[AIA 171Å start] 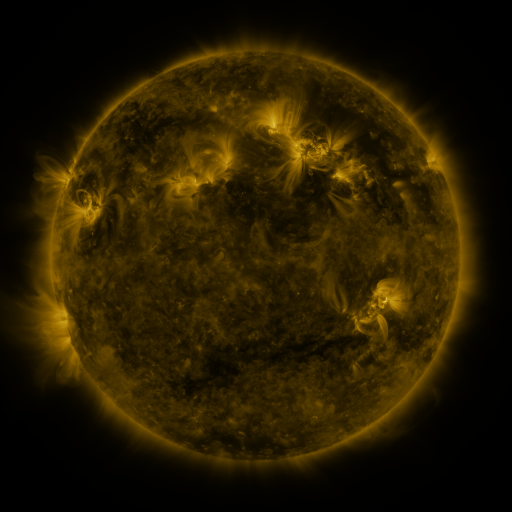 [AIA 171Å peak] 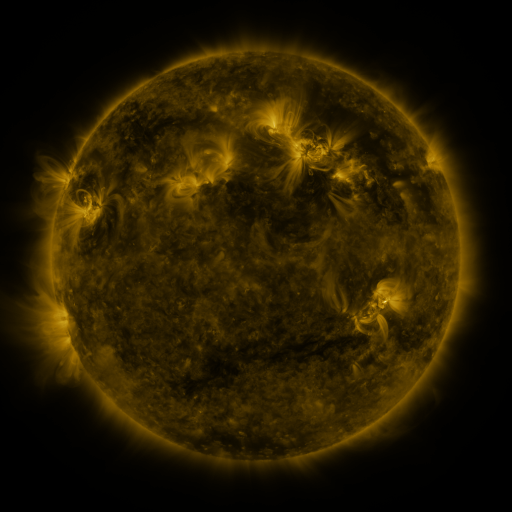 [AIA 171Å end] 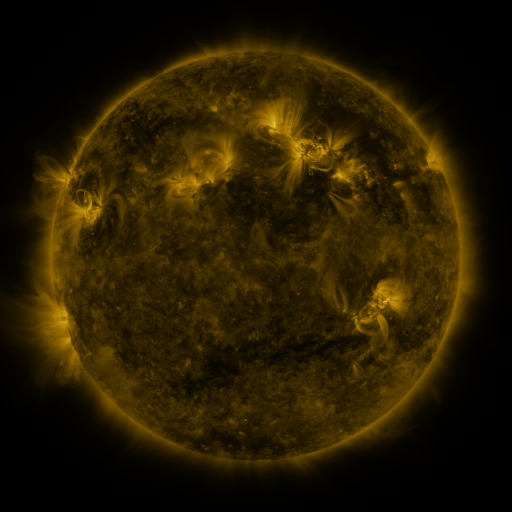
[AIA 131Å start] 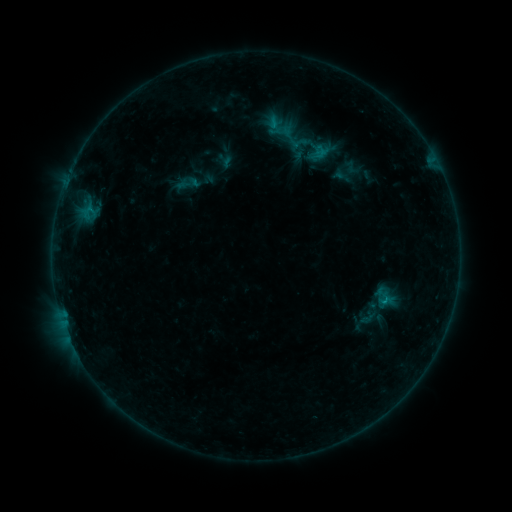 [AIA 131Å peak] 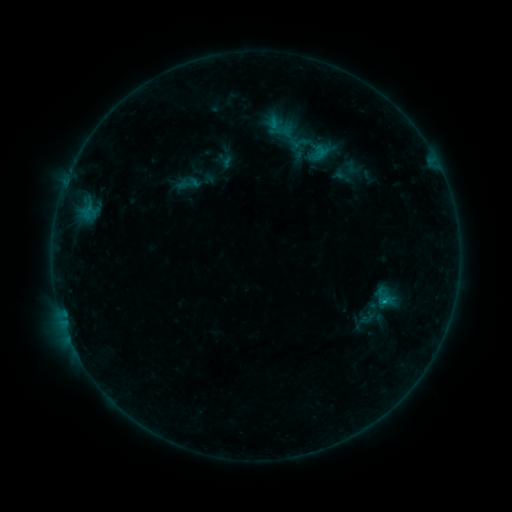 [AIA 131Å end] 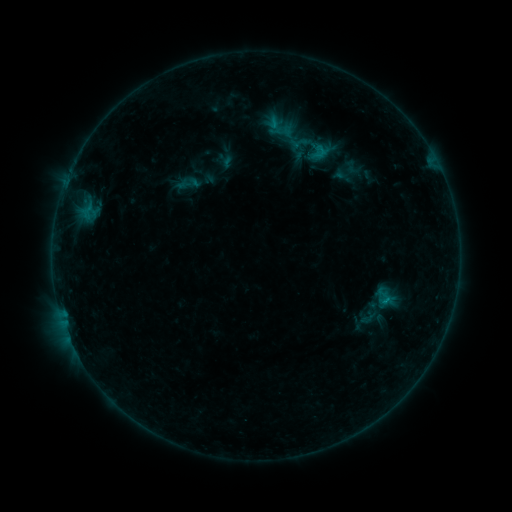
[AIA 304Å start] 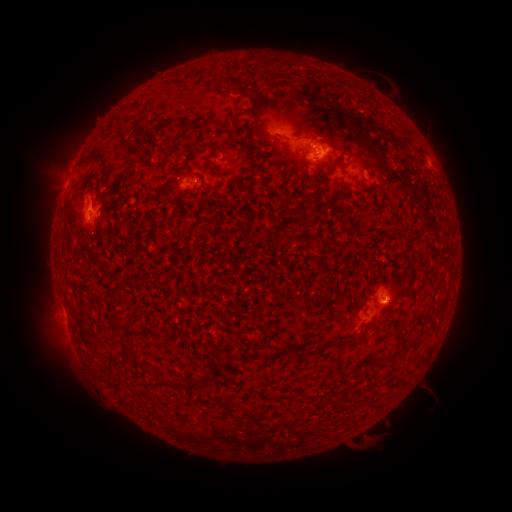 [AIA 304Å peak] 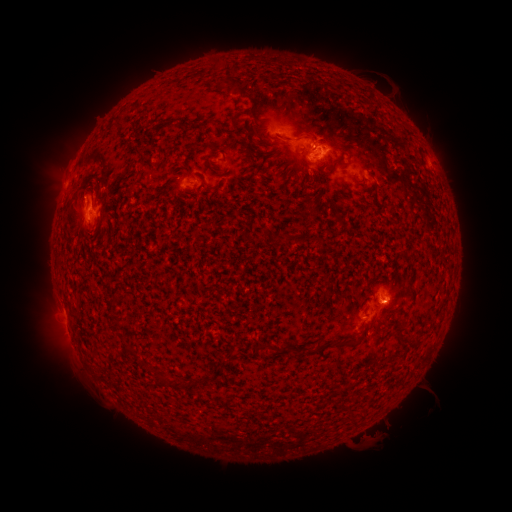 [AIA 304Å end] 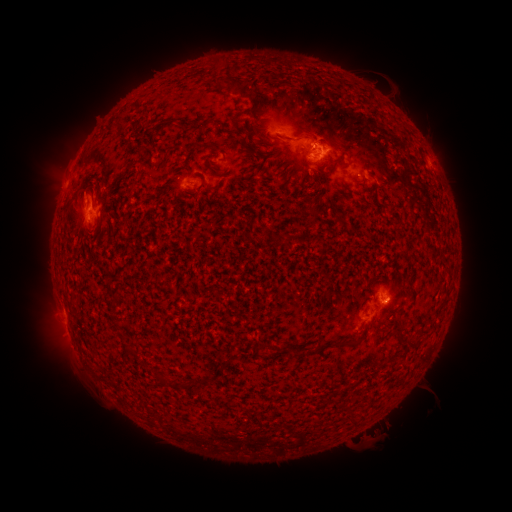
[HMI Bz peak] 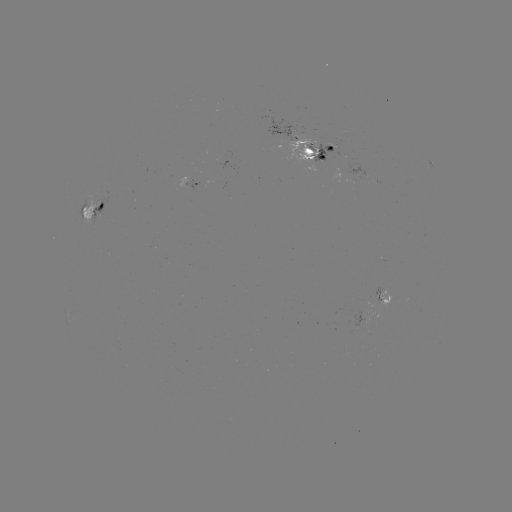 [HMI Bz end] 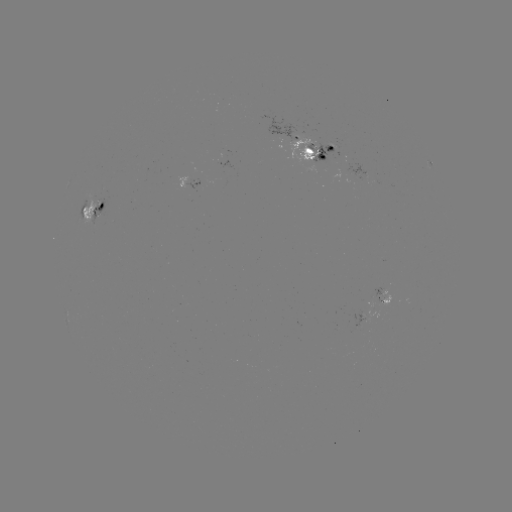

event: flare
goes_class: B7.7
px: (383, 300)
